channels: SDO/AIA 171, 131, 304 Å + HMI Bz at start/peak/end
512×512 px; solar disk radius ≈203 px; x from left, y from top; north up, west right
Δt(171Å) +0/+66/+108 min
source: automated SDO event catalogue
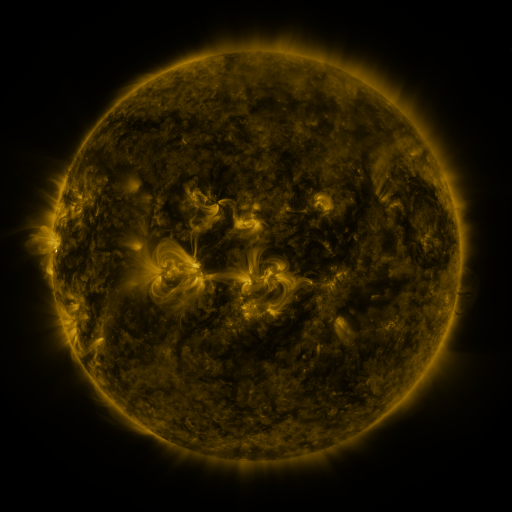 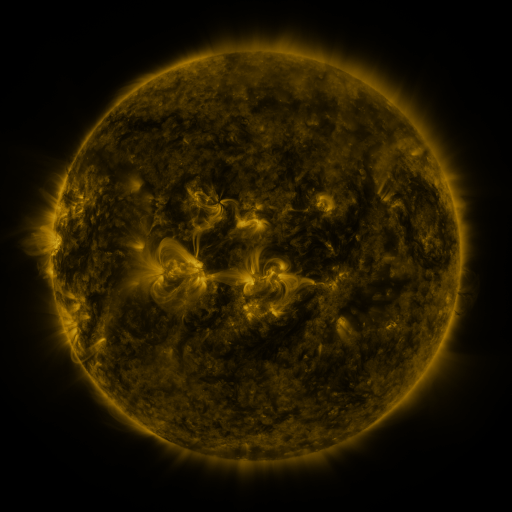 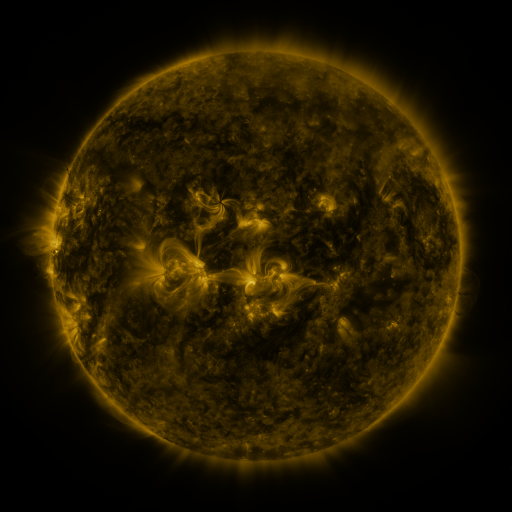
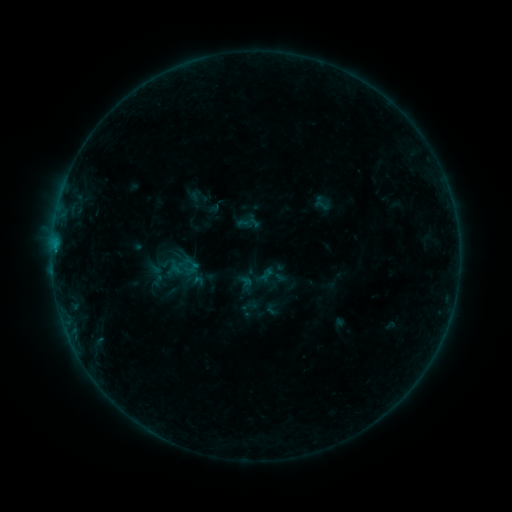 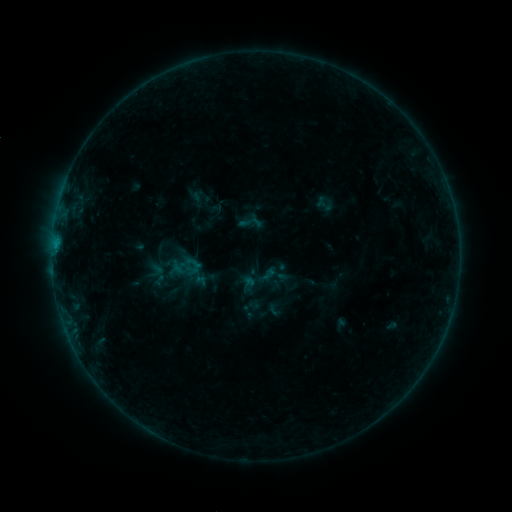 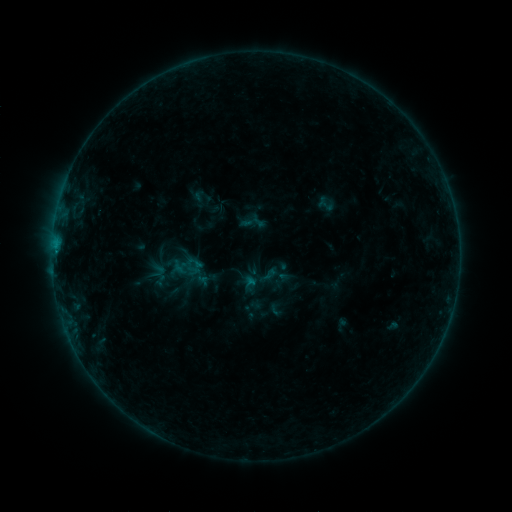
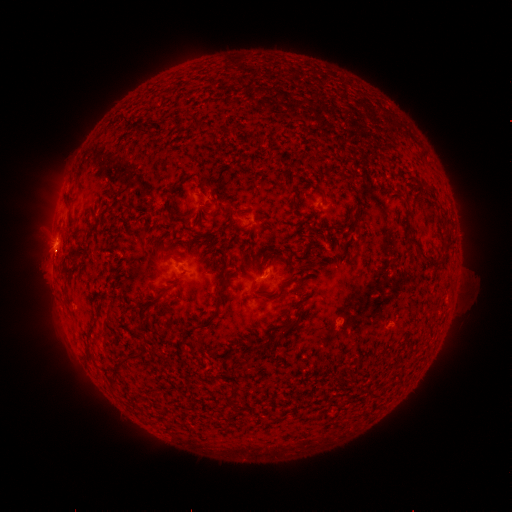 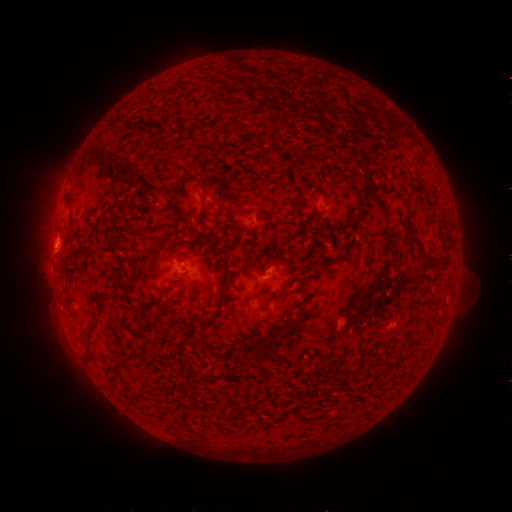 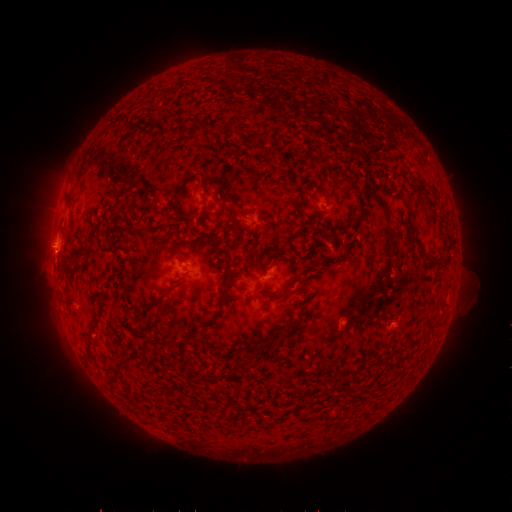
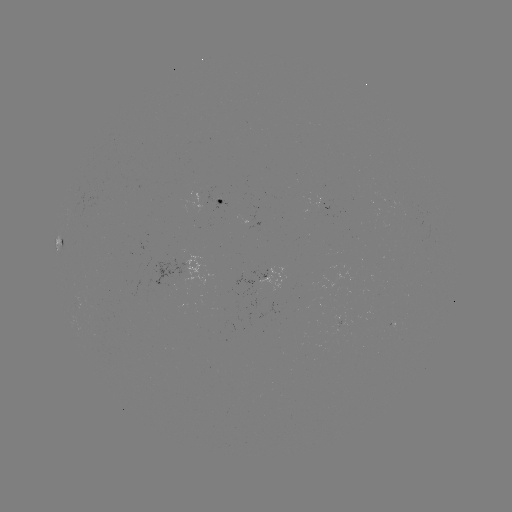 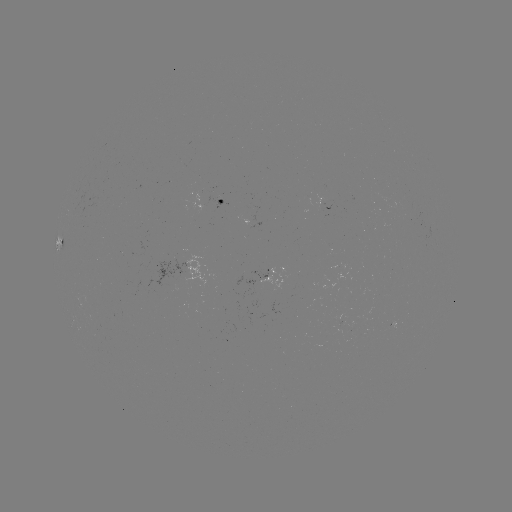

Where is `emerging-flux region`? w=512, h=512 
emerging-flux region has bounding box [388, 322, 395, 332].